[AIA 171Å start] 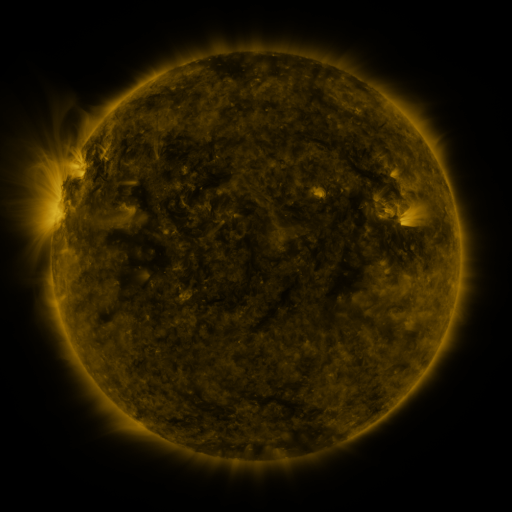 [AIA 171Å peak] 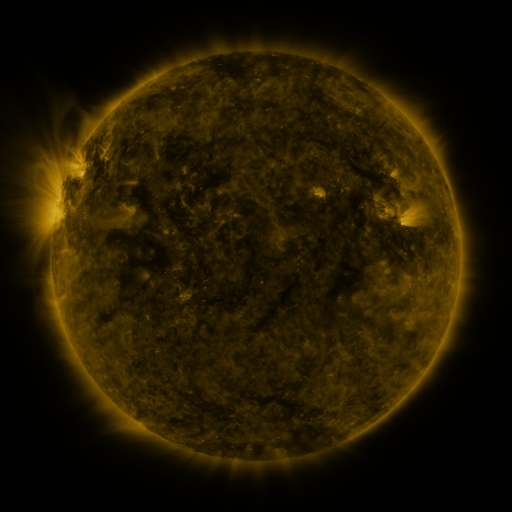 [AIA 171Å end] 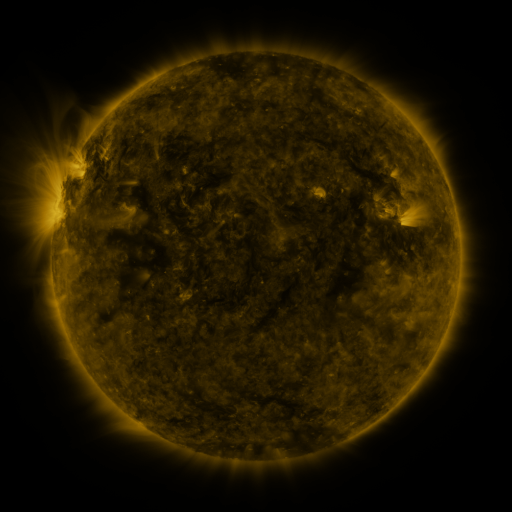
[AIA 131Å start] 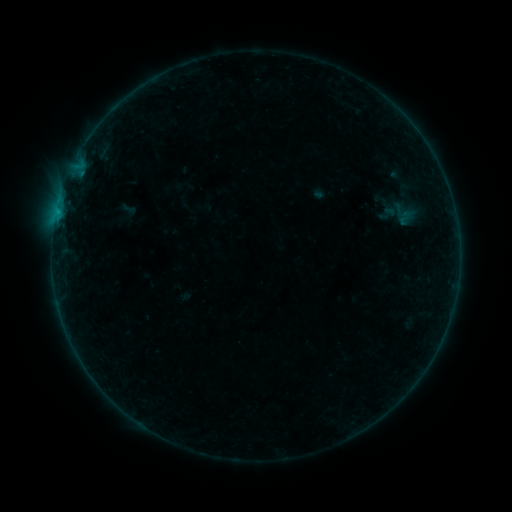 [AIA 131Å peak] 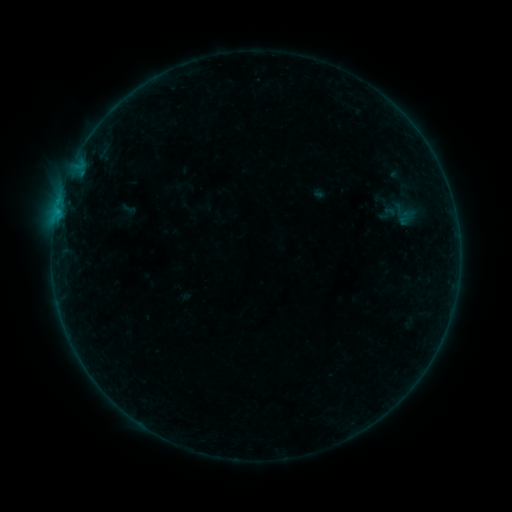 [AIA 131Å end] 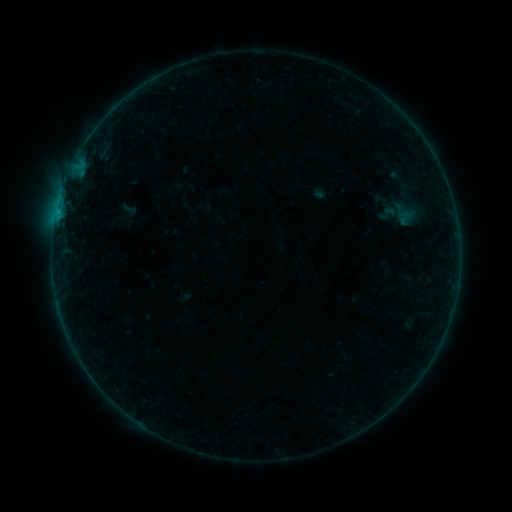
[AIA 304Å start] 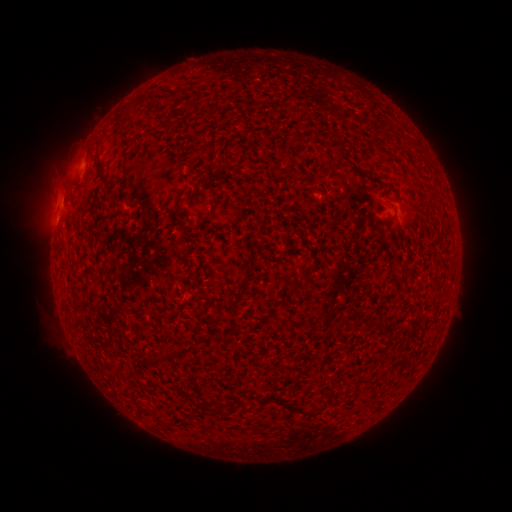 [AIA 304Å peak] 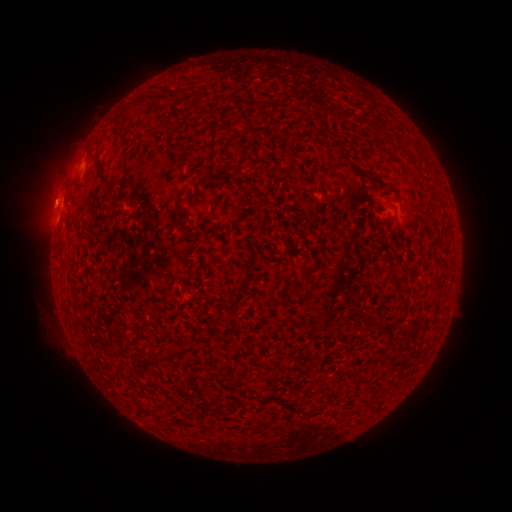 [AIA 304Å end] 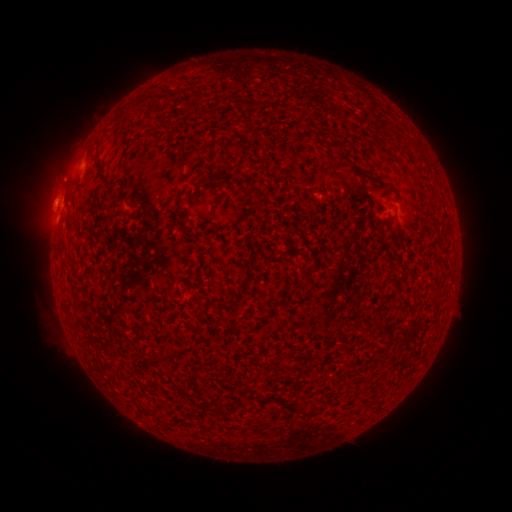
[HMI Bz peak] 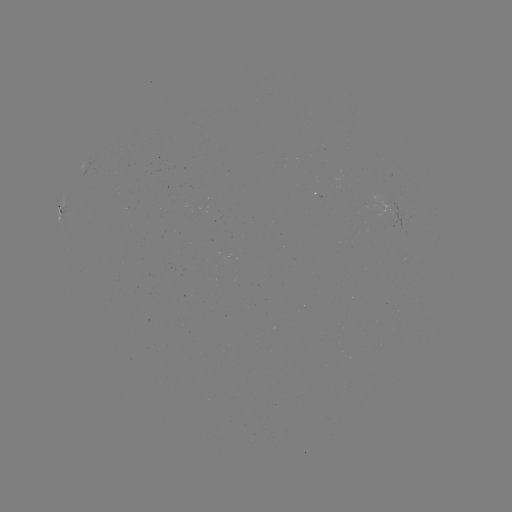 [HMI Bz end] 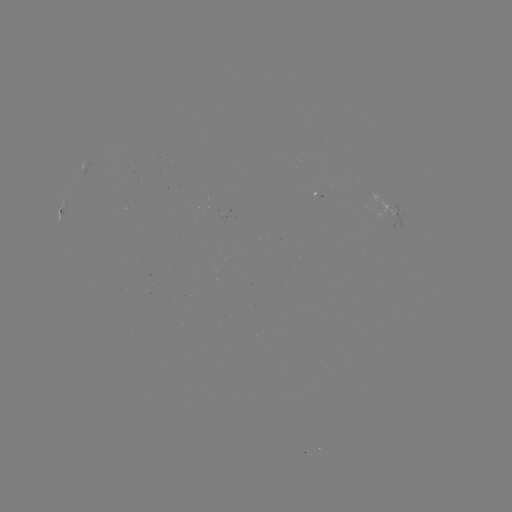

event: eruption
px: (52, 201)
